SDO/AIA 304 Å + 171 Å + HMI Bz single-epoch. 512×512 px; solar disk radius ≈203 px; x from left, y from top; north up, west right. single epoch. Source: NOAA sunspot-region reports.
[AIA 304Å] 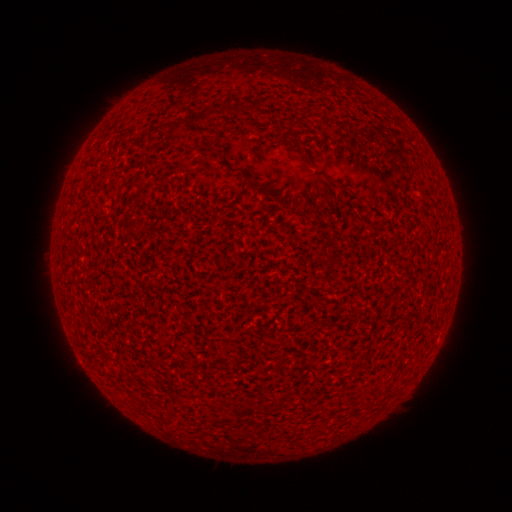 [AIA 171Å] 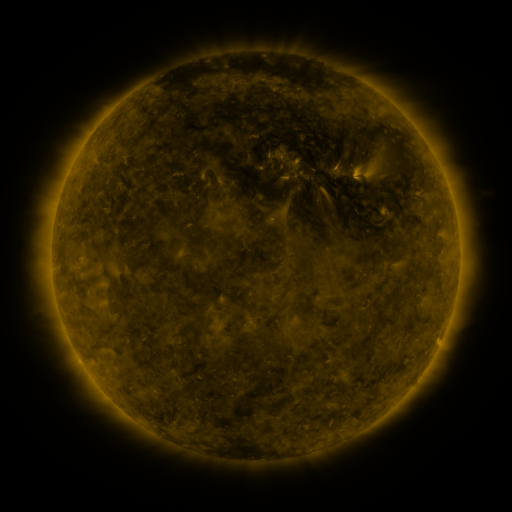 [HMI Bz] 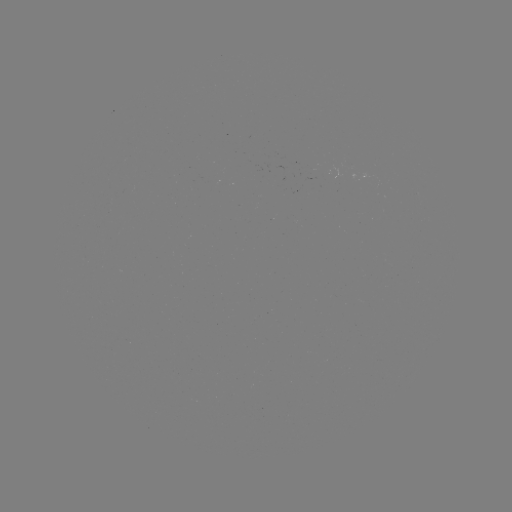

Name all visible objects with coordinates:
(none)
